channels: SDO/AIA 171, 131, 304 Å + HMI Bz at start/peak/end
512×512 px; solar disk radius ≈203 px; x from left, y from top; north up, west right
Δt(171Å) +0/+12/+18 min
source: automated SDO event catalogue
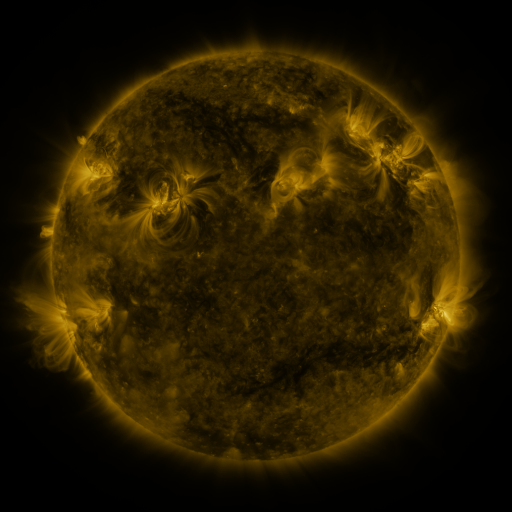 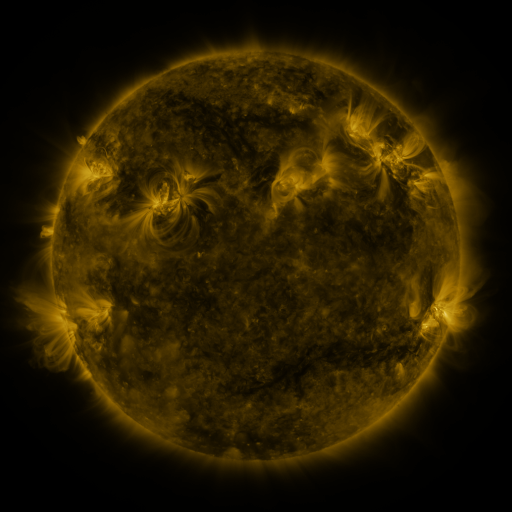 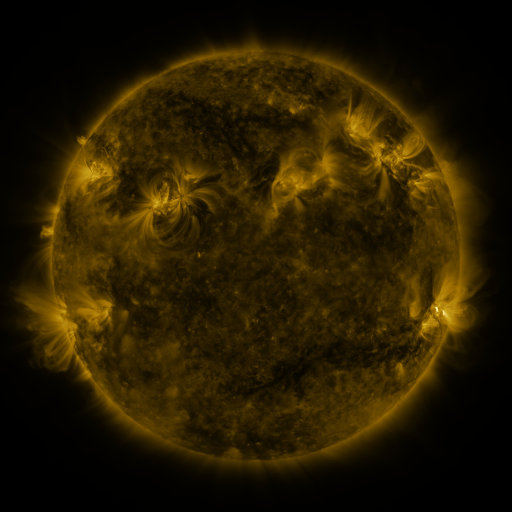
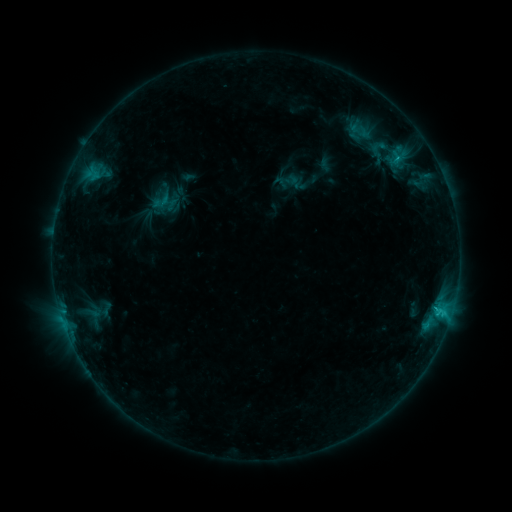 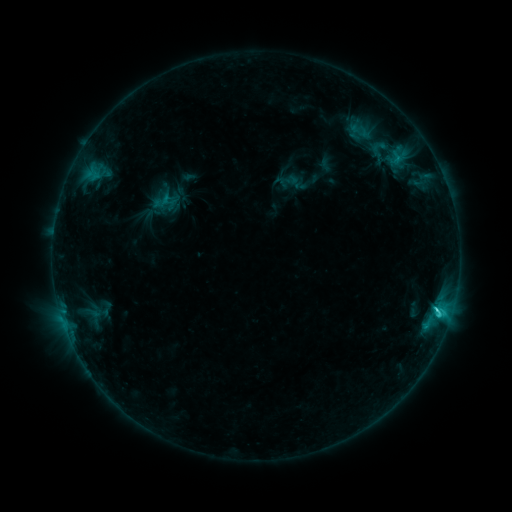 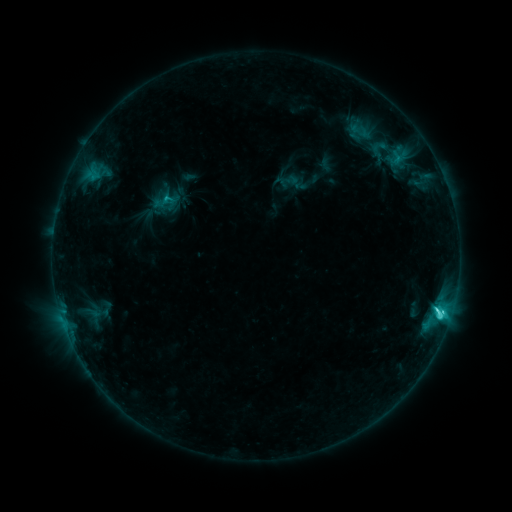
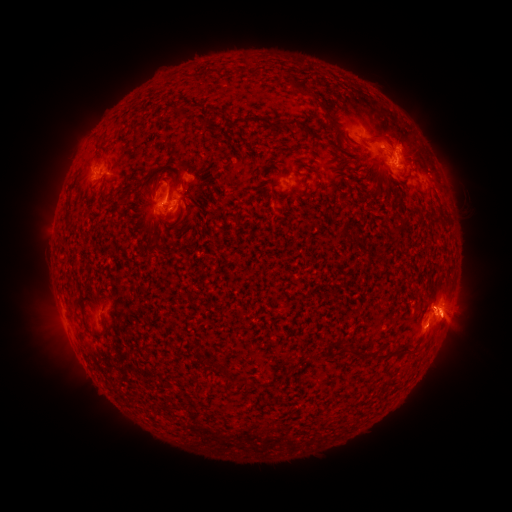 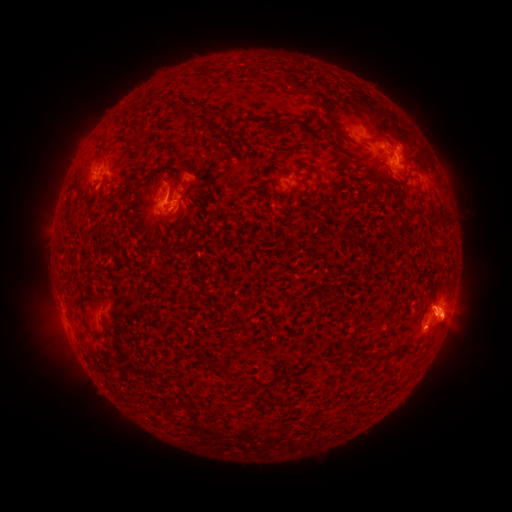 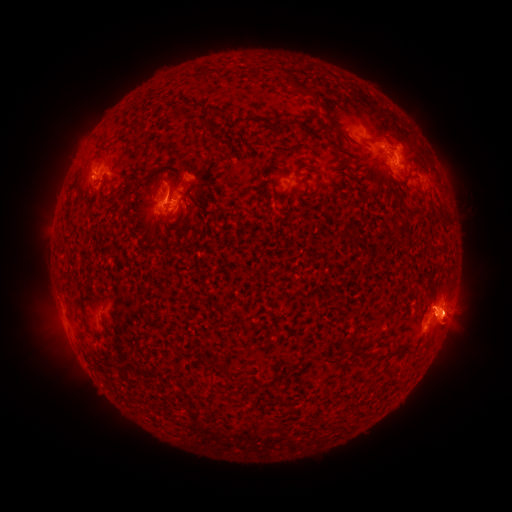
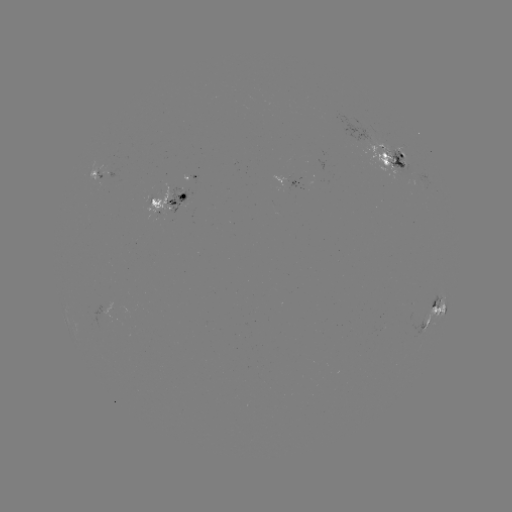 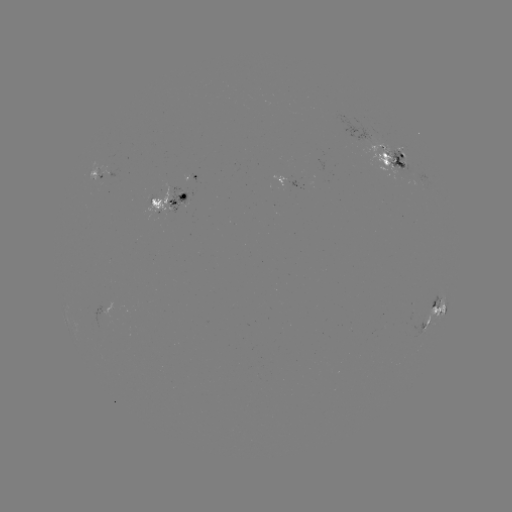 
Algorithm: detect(C5.0 flare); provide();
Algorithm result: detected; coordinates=(437, 310)